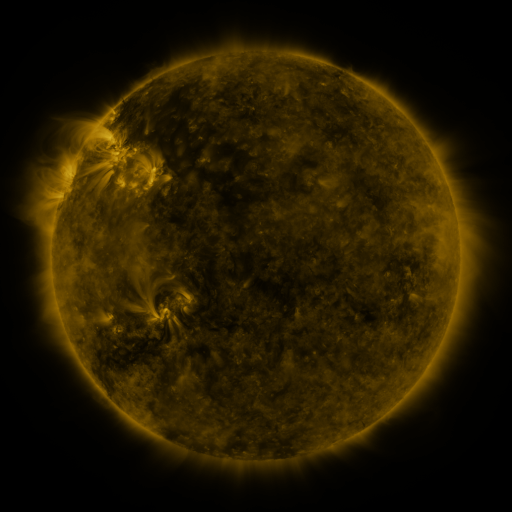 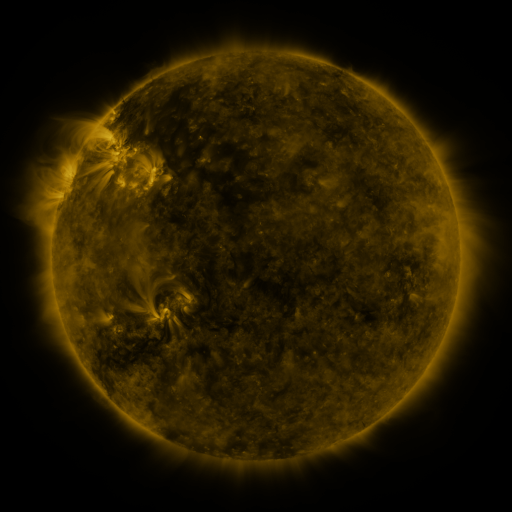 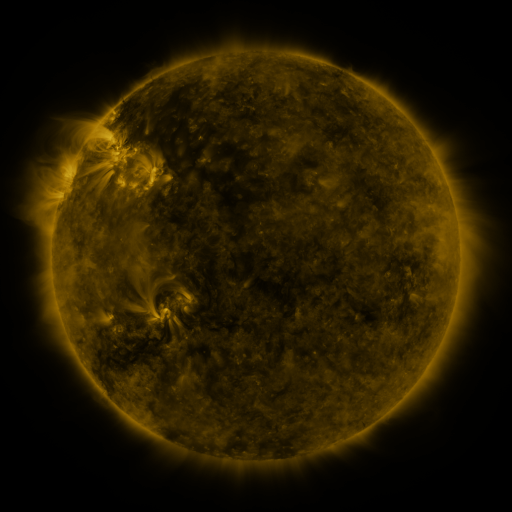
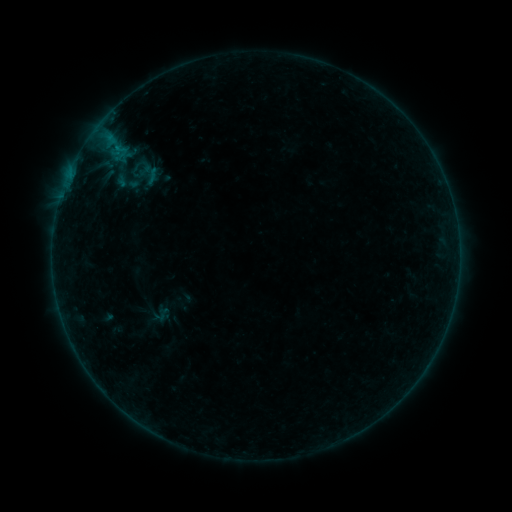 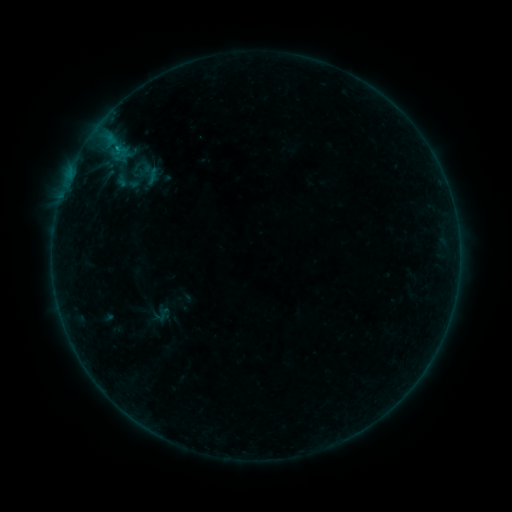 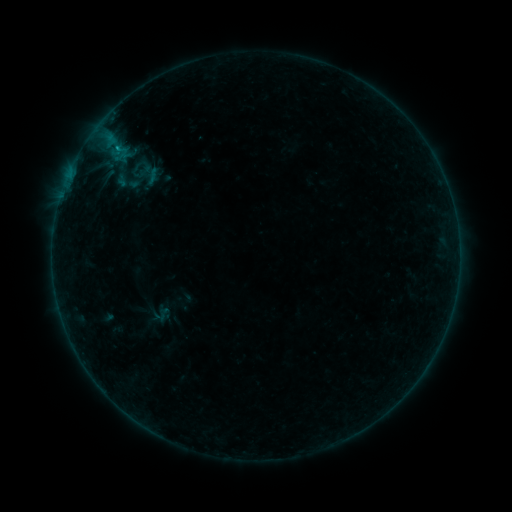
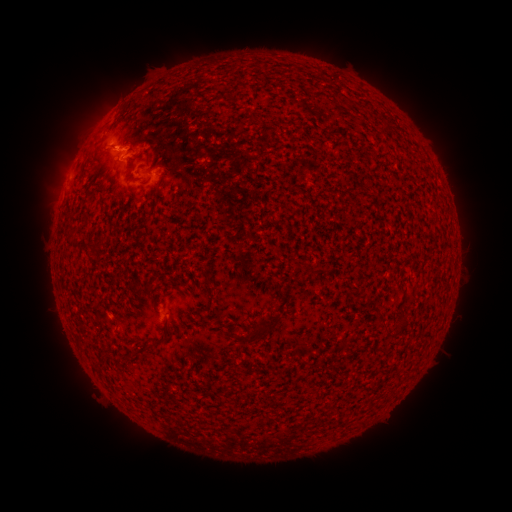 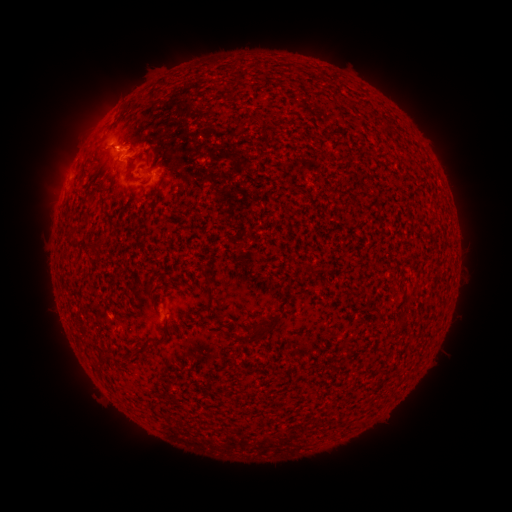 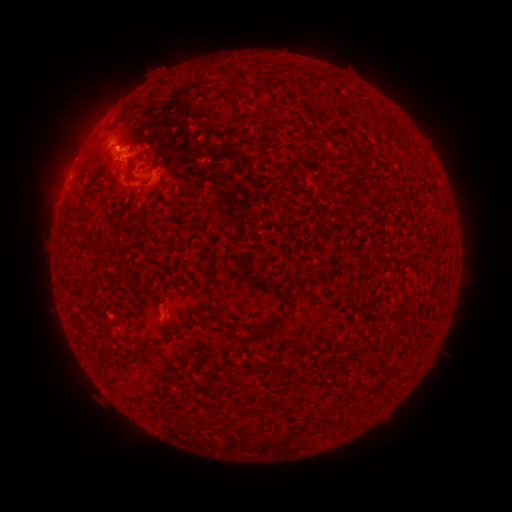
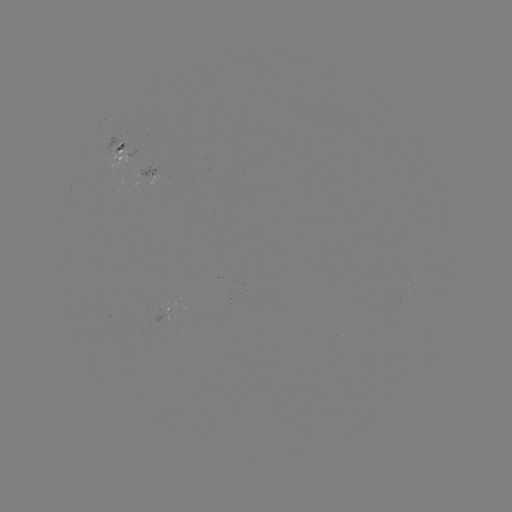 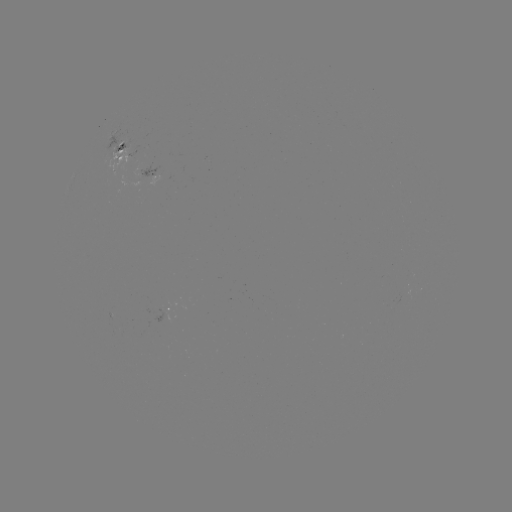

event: flare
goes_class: B5.0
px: (119, 149)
